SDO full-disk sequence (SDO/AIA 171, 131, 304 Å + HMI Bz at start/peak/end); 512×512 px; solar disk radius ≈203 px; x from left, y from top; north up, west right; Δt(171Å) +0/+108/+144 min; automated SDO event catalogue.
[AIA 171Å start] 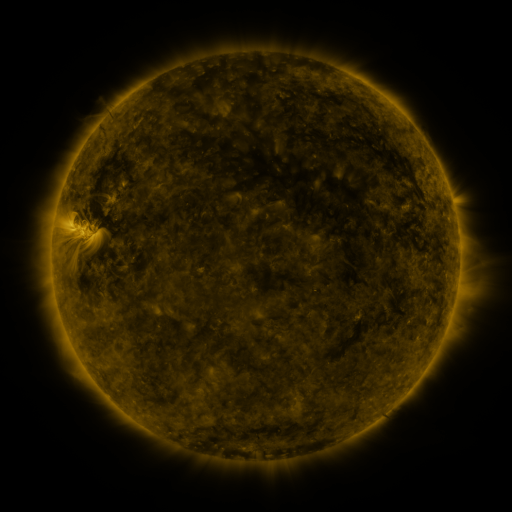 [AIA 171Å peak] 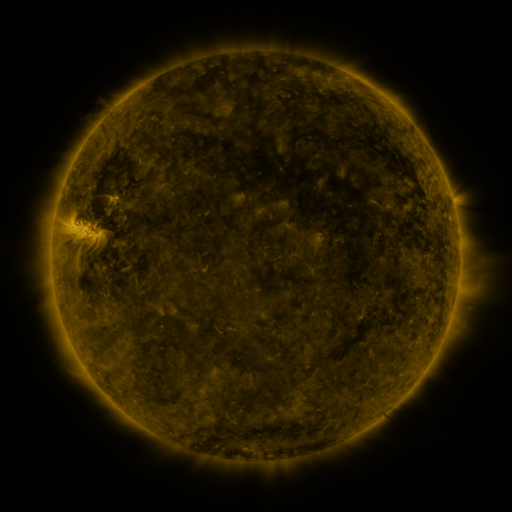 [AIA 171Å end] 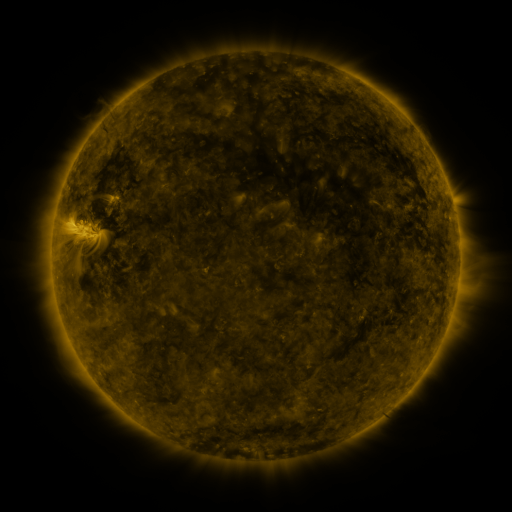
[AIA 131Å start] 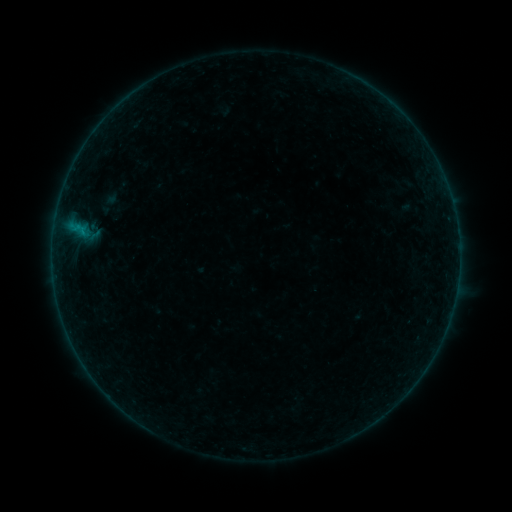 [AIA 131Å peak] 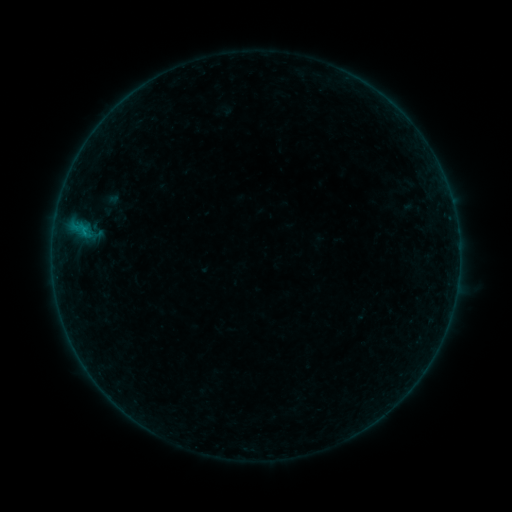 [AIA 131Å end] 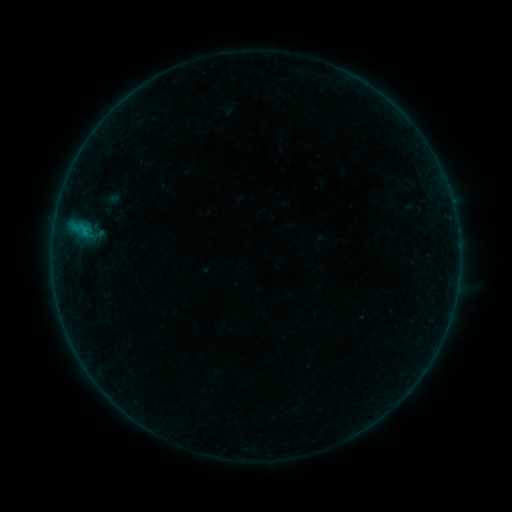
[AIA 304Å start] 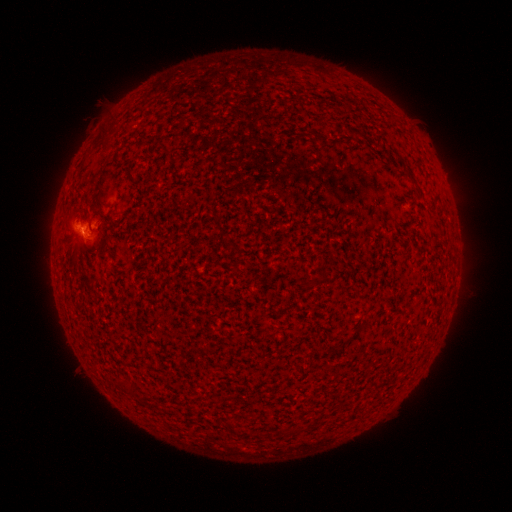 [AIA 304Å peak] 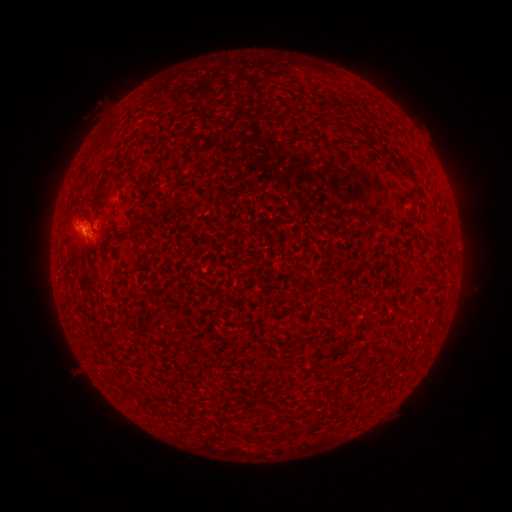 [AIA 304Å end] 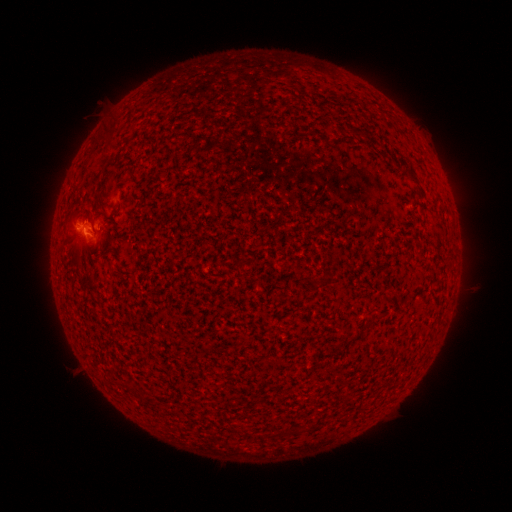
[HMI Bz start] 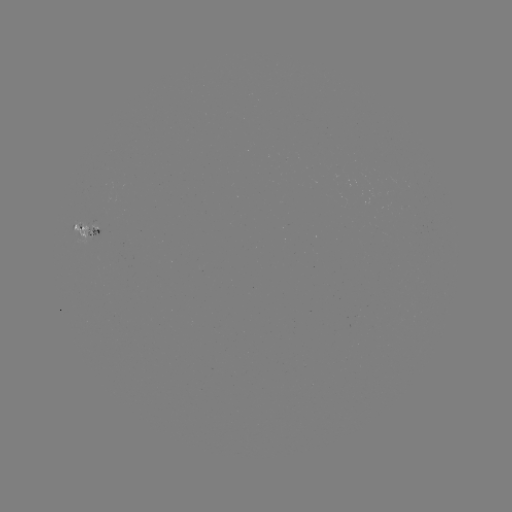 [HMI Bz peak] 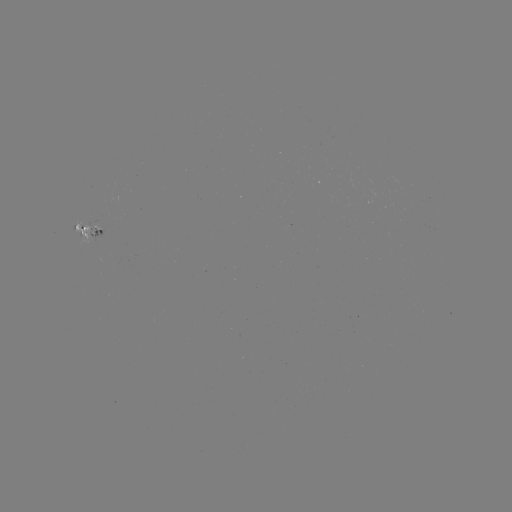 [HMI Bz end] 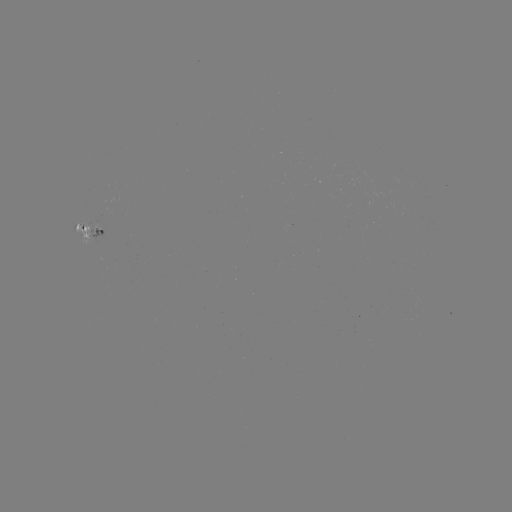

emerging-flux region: (90, 223, 104, 242)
